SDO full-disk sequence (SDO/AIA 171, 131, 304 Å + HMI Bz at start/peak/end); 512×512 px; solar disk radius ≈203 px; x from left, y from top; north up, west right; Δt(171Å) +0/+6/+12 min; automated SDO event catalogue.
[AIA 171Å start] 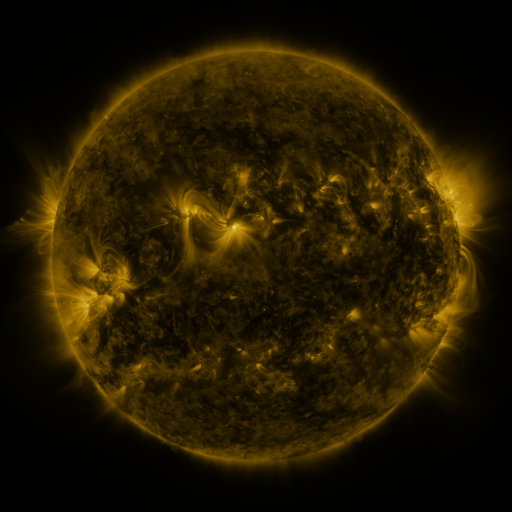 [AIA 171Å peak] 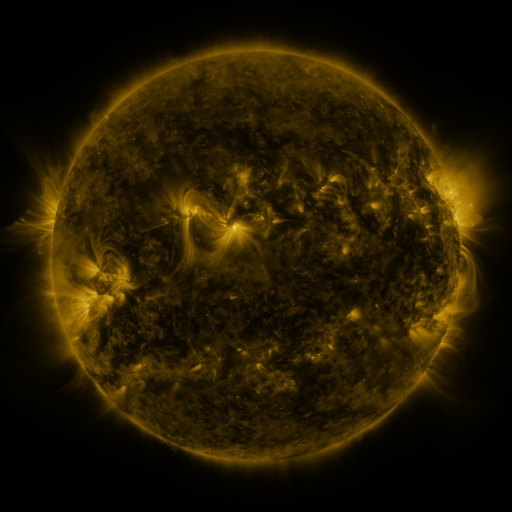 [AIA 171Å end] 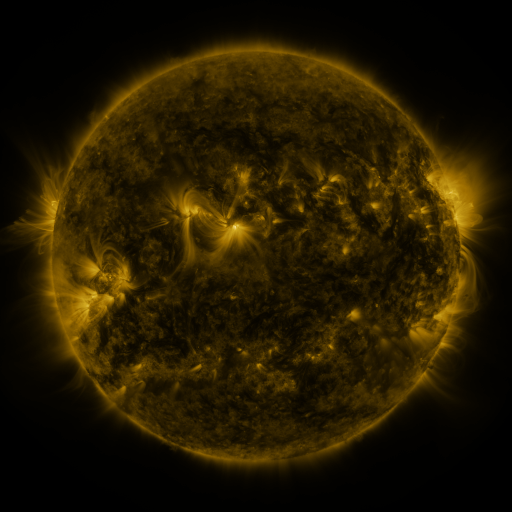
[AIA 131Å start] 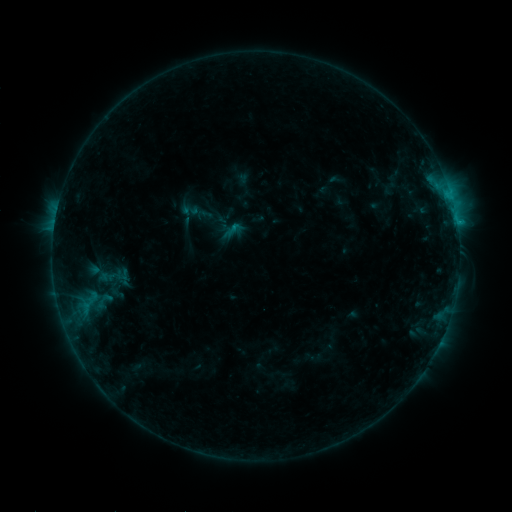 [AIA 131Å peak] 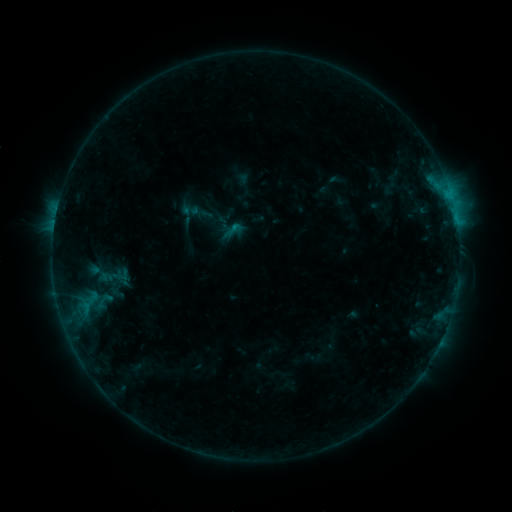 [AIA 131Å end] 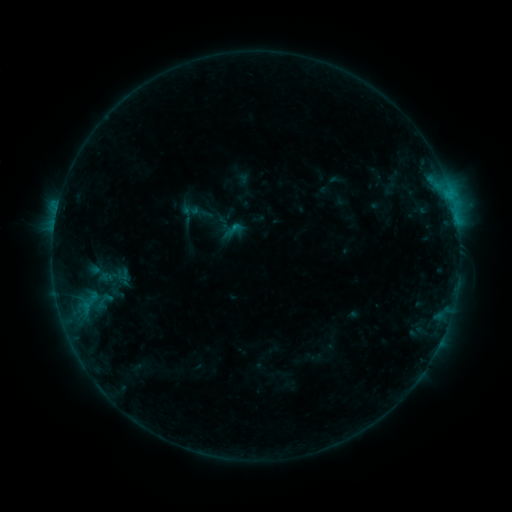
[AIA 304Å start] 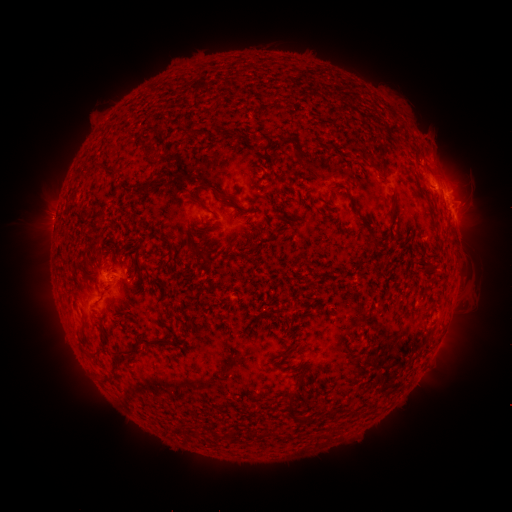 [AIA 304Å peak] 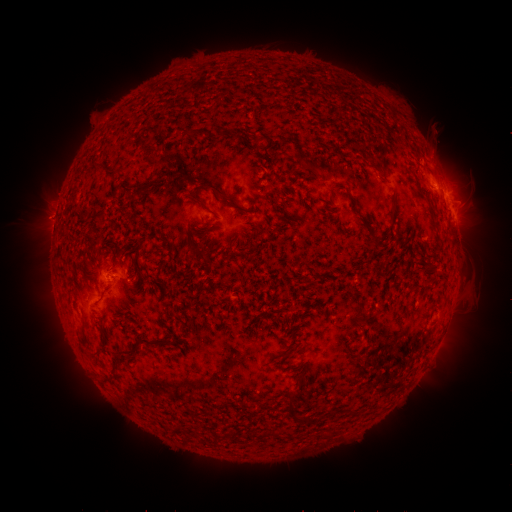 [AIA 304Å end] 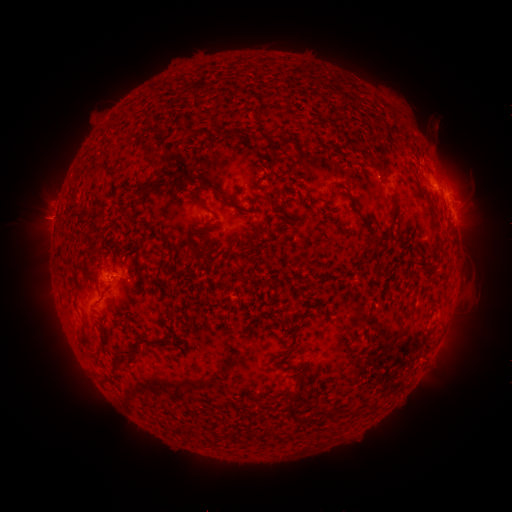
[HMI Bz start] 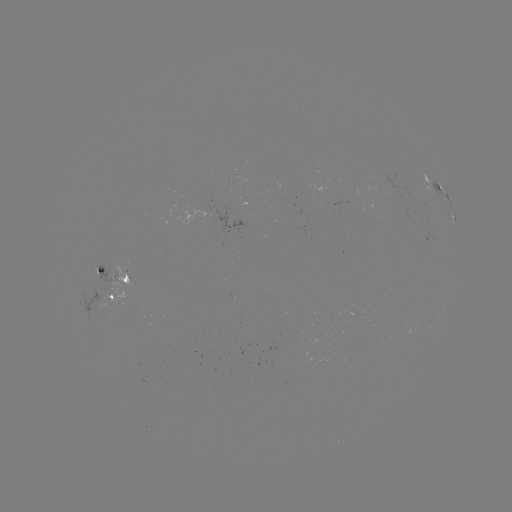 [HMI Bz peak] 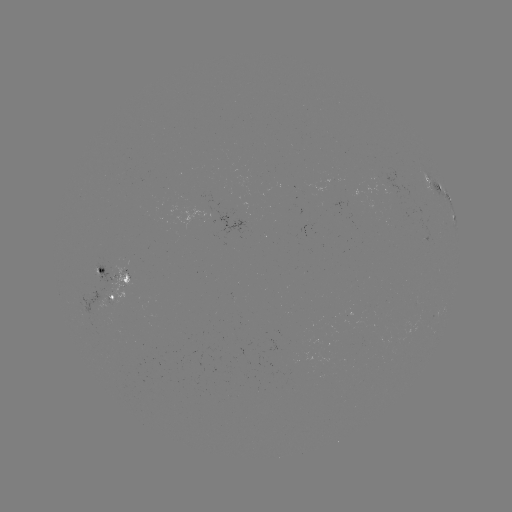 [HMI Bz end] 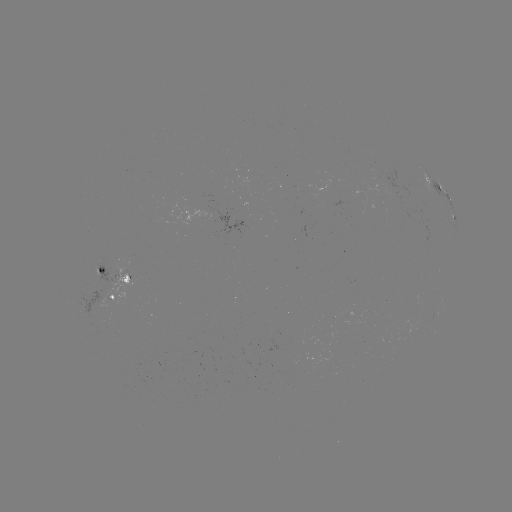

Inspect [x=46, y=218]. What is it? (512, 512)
eruption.